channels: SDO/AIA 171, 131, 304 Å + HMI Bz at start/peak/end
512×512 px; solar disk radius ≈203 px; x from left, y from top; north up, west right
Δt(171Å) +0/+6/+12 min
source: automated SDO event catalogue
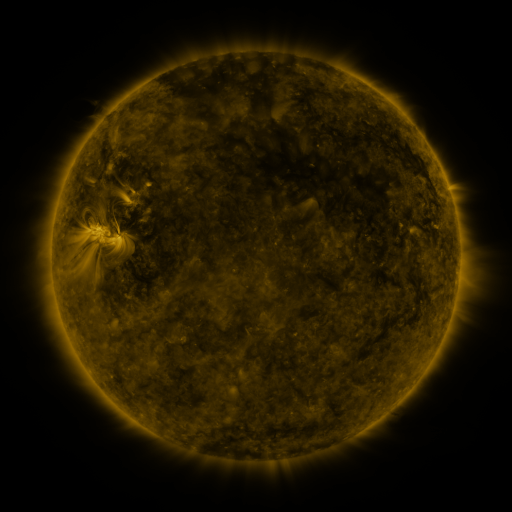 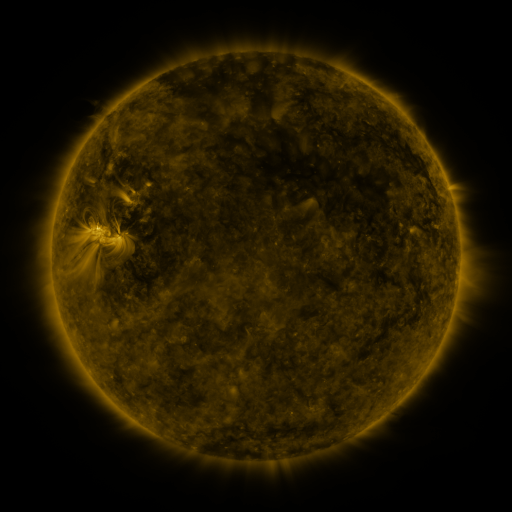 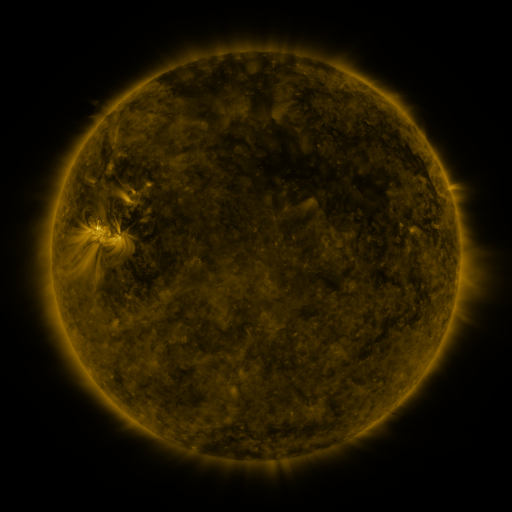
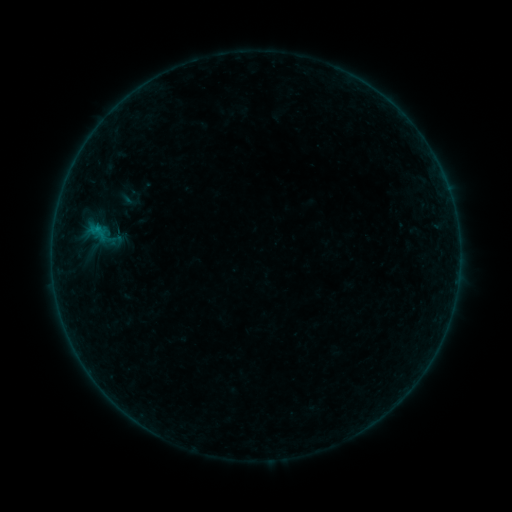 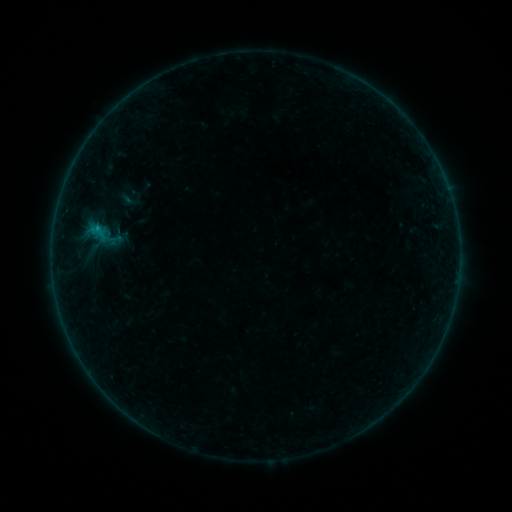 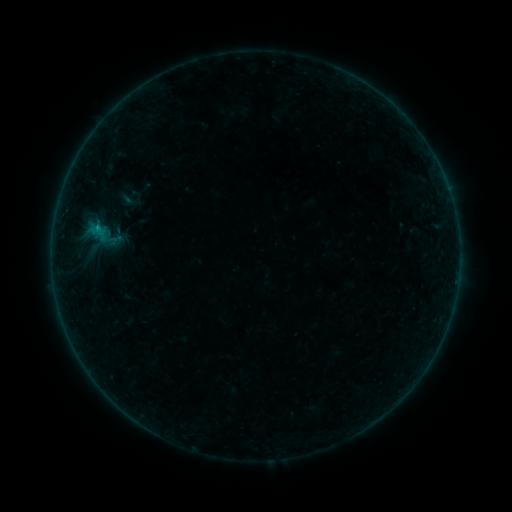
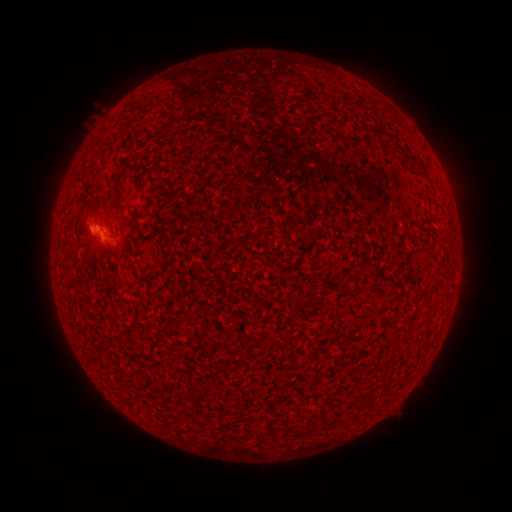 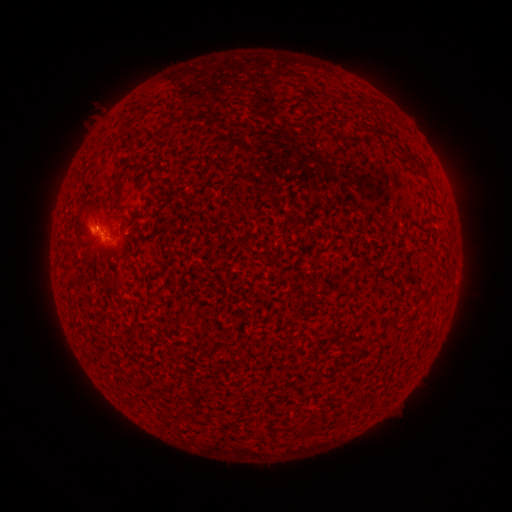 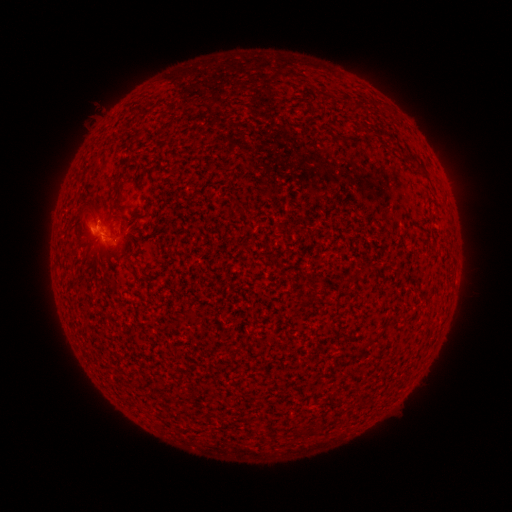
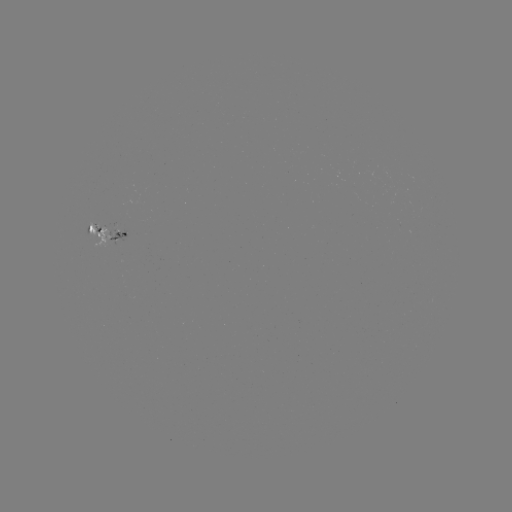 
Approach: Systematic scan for B2.5 flare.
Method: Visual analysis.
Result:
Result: B2.5 flare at [98, 228].